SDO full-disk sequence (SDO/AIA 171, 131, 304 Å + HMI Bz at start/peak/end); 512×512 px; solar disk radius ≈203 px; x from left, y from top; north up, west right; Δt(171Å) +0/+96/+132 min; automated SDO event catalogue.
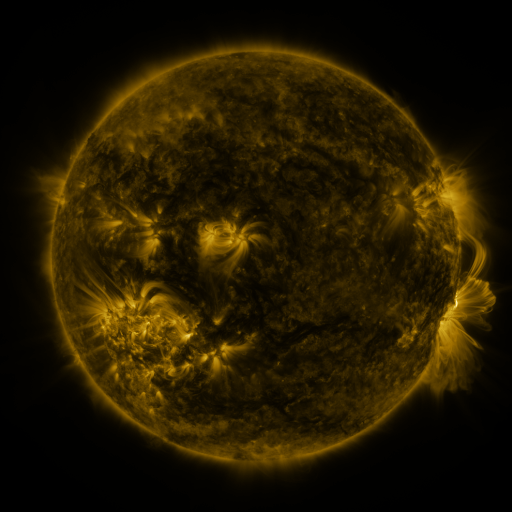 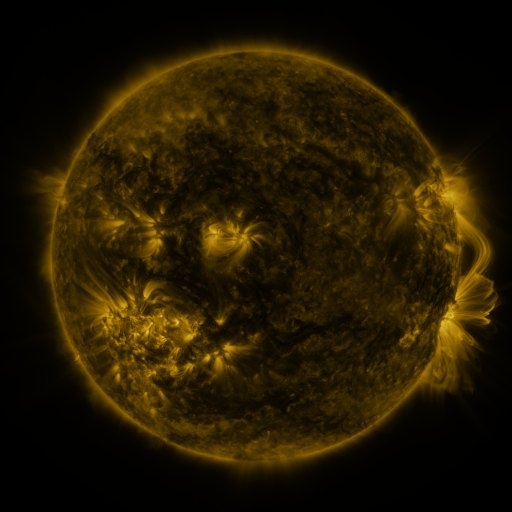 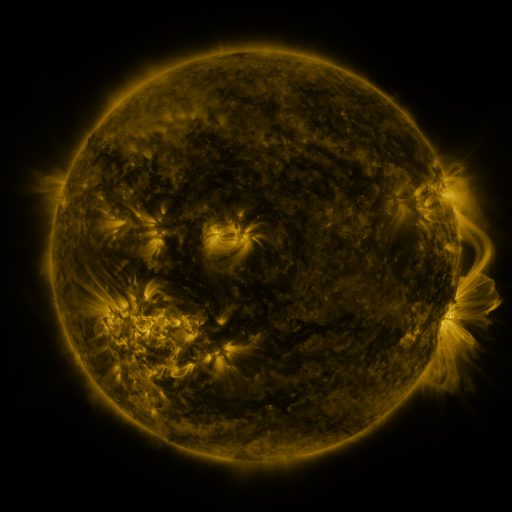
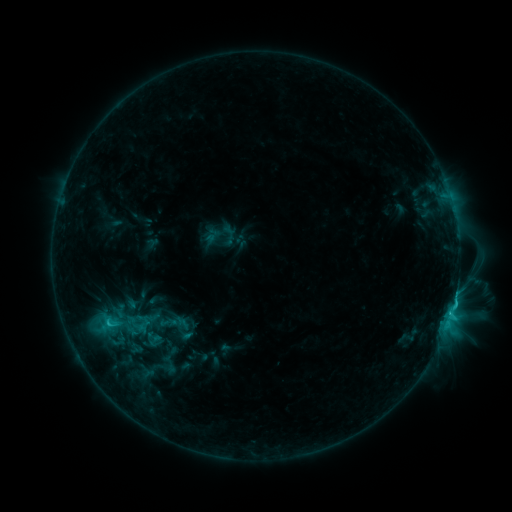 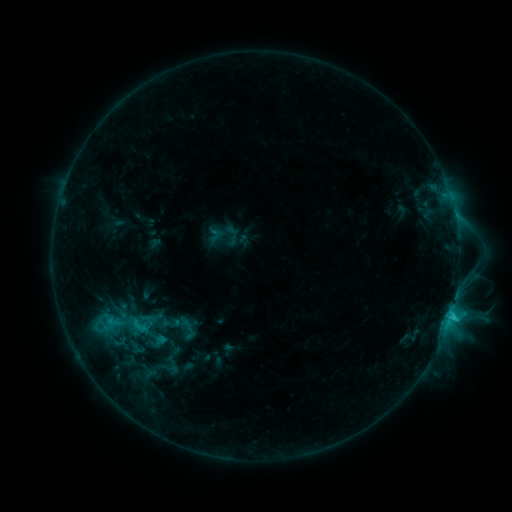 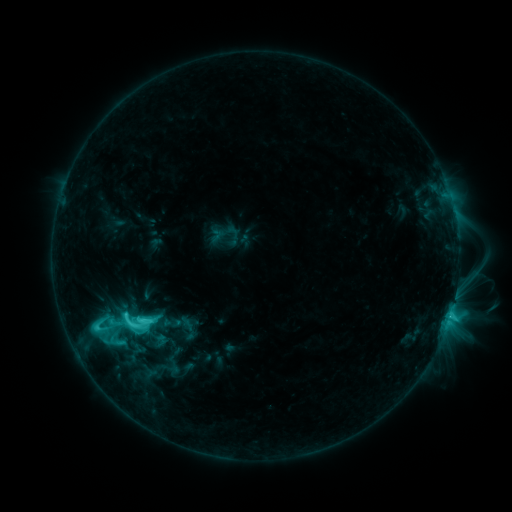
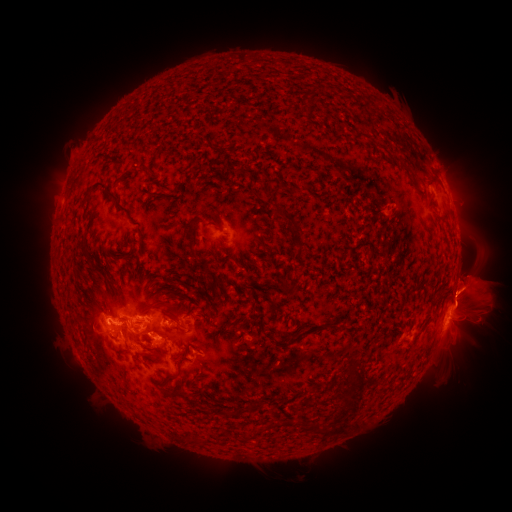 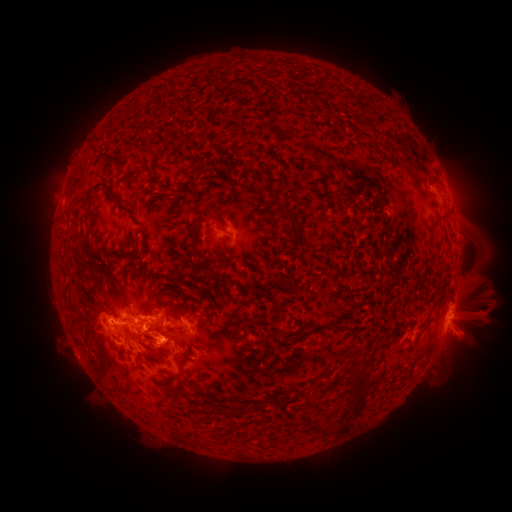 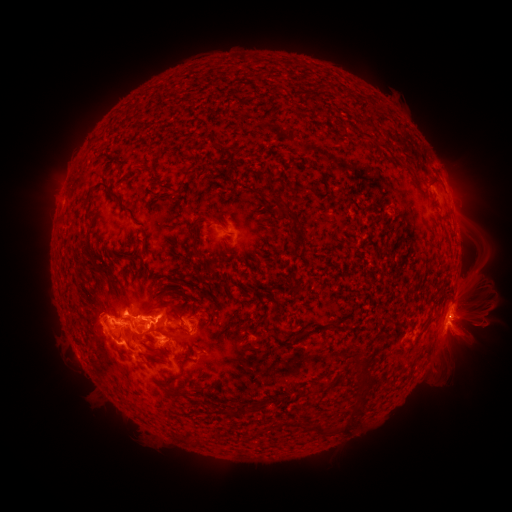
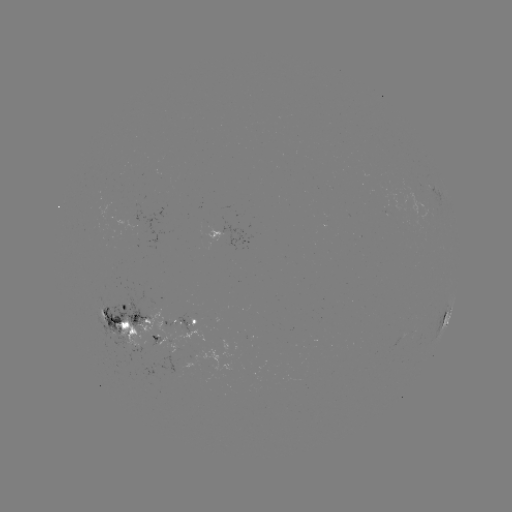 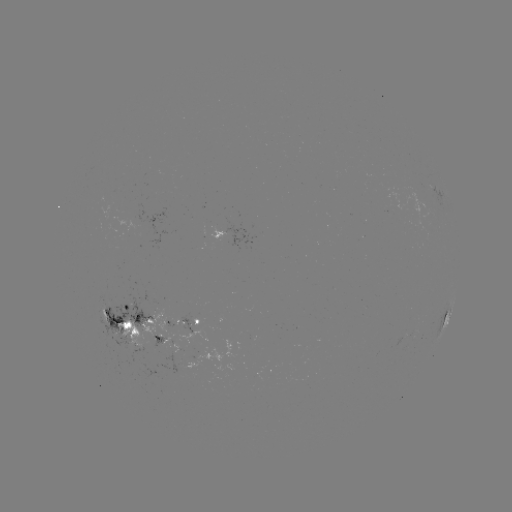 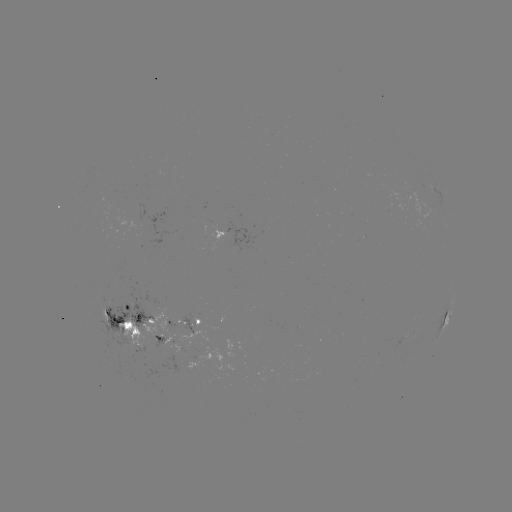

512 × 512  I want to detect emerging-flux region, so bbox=[94, 305, 110, 324].